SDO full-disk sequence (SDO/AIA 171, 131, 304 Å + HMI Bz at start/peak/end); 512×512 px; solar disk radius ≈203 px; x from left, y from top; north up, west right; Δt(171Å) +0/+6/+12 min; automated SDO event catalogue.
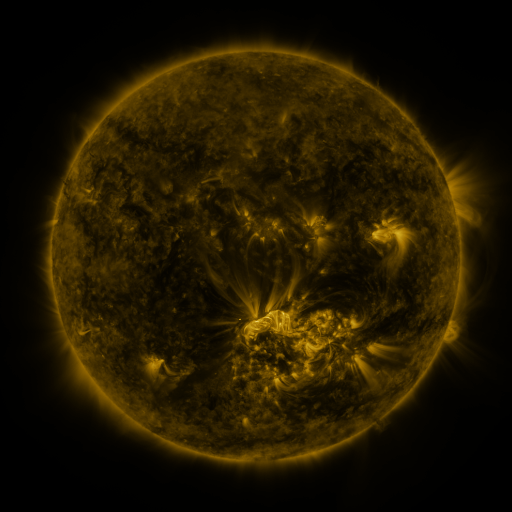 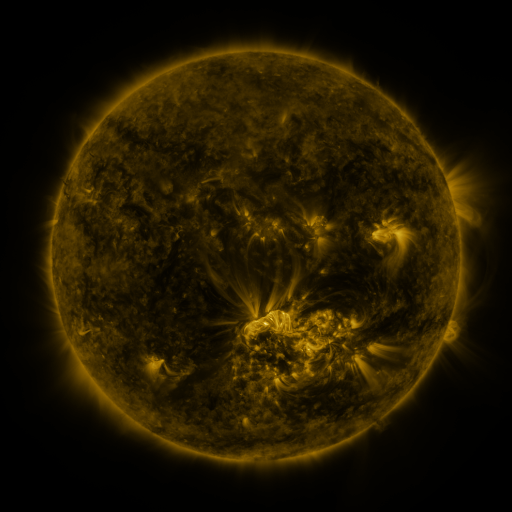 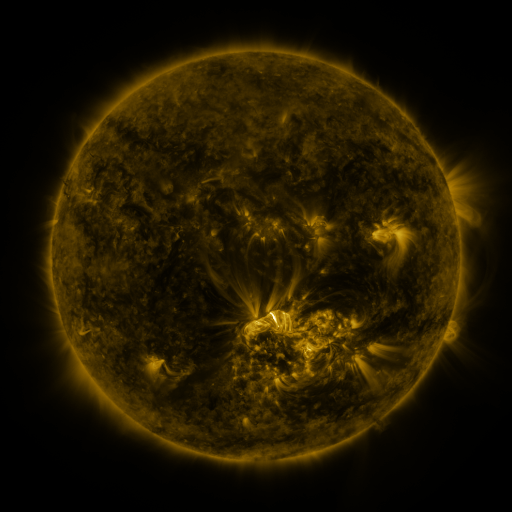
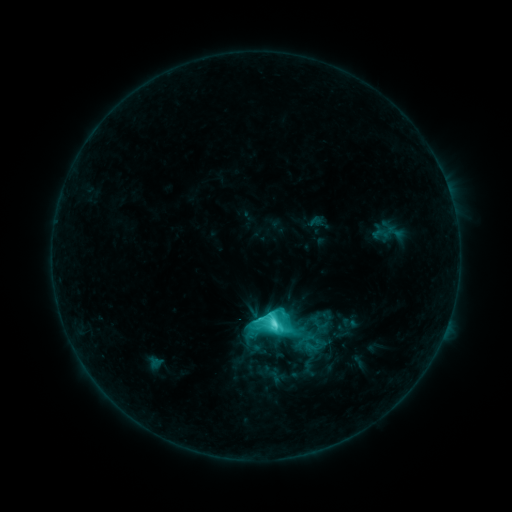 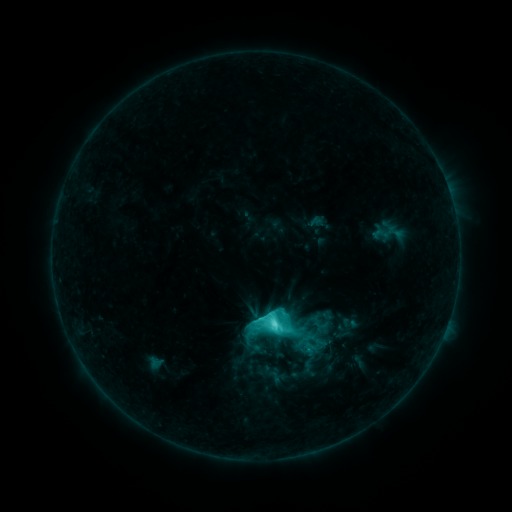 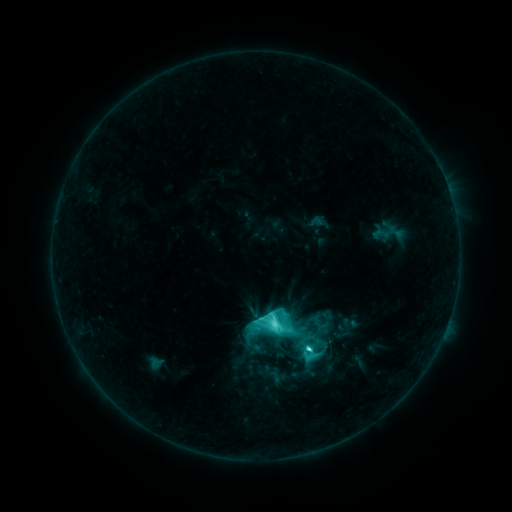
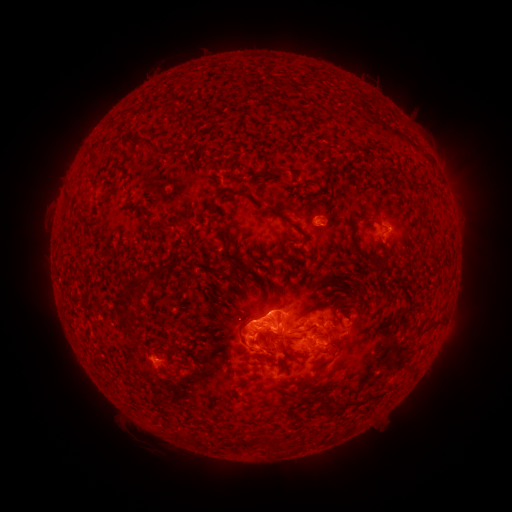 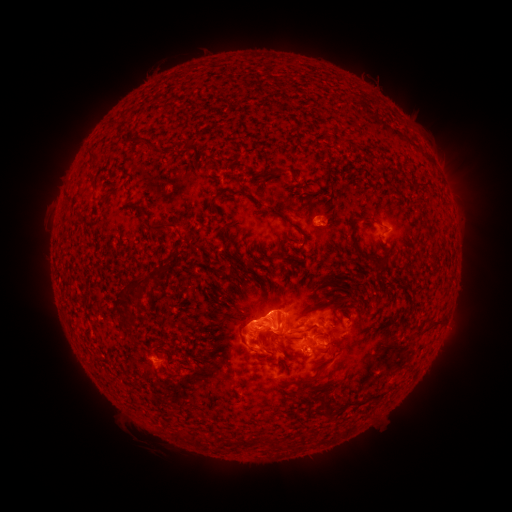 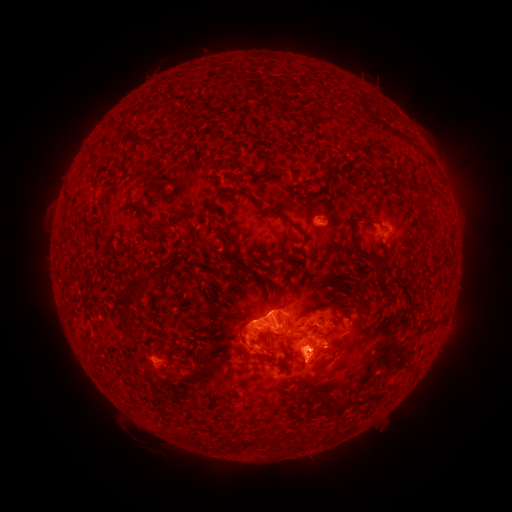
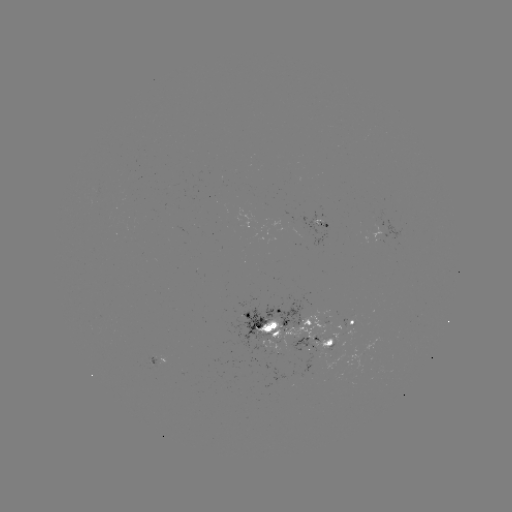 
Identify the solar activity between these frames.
eruption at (317, 361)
